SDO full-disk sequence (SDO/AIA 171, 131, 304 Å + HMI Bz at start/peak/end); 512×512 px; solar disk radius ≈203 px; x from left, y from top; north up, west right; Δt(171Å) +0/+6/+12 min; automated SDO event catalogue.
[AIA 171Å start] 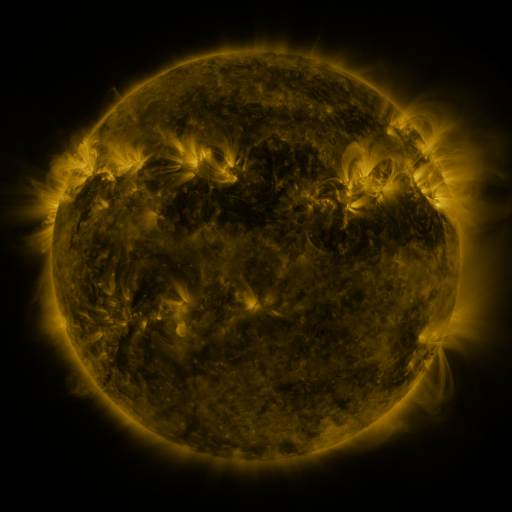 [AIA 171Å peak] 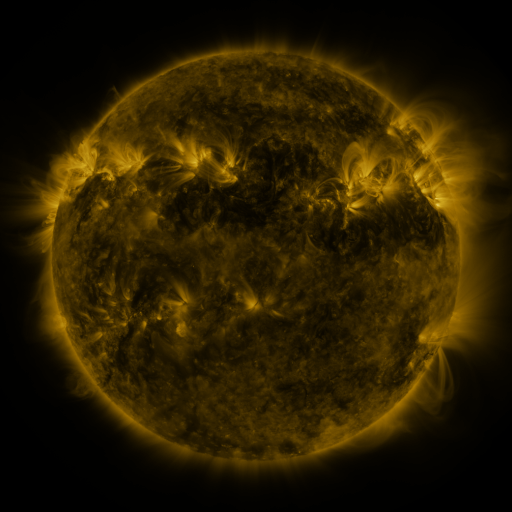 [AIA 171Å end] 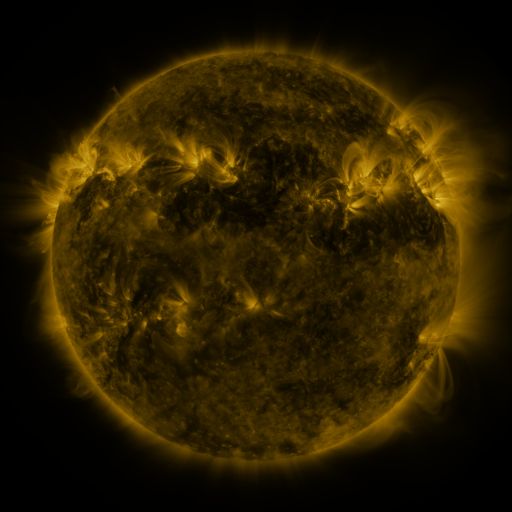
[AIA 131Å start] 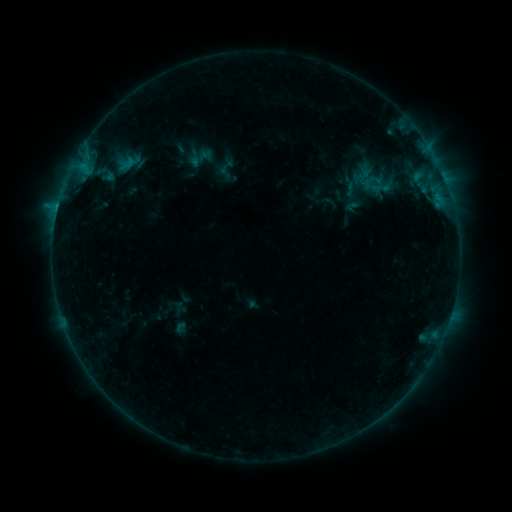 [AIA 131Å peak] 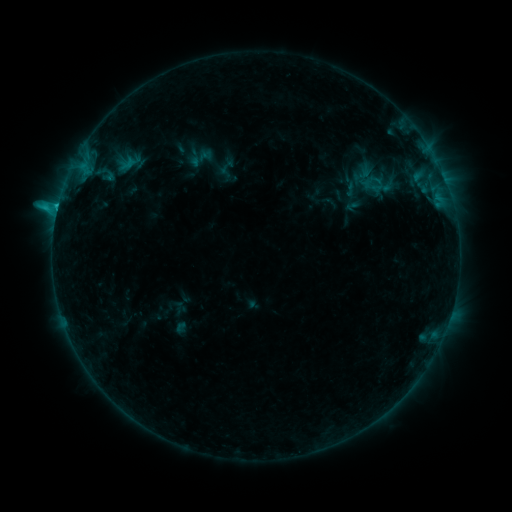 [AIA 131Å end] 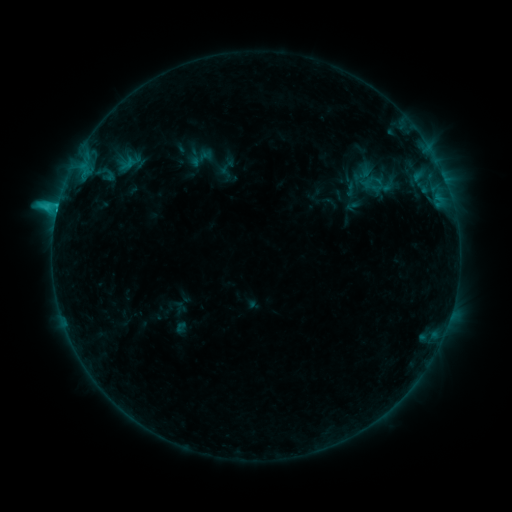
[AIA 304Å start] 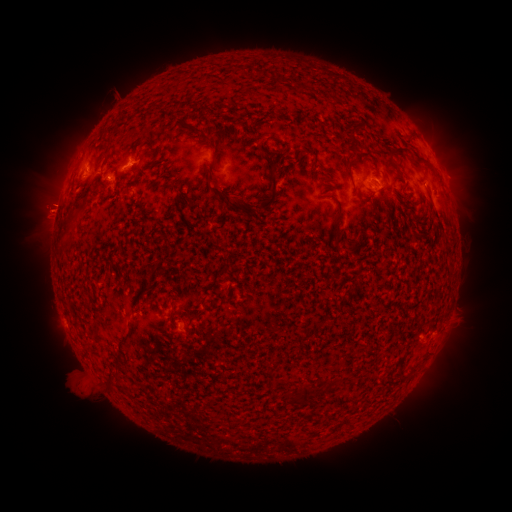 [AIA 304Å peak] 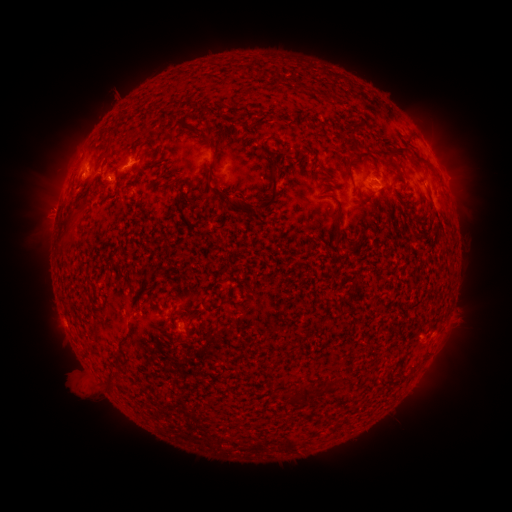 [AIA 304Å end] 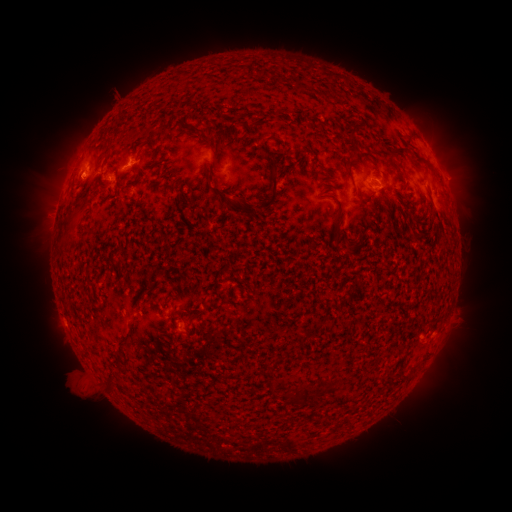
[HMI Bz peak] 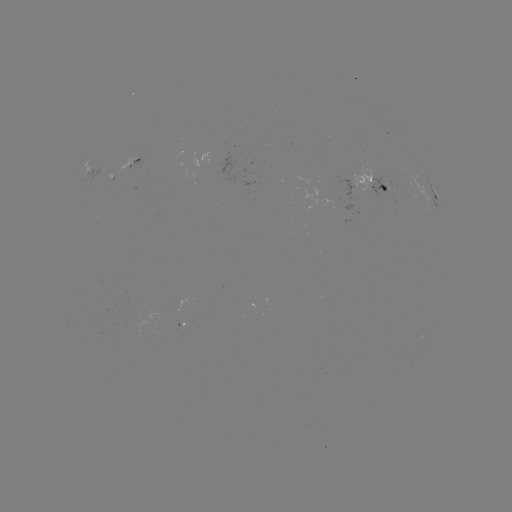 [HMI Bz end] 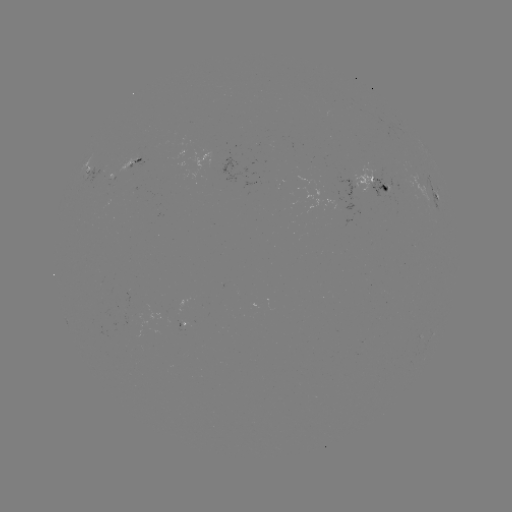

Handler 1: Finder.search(C1.9 flare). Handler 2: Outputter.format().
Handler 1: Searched C1.9 flare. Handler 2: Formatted [58, 209].